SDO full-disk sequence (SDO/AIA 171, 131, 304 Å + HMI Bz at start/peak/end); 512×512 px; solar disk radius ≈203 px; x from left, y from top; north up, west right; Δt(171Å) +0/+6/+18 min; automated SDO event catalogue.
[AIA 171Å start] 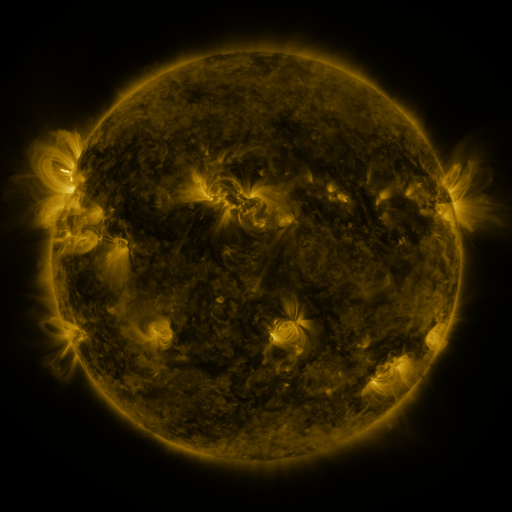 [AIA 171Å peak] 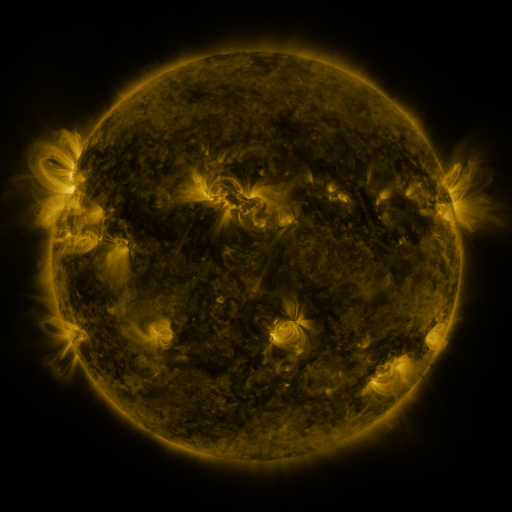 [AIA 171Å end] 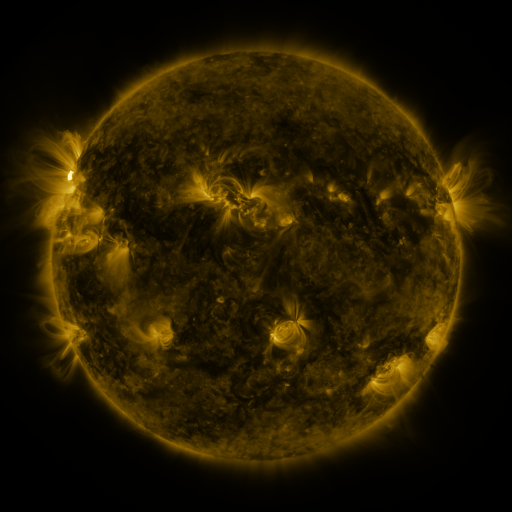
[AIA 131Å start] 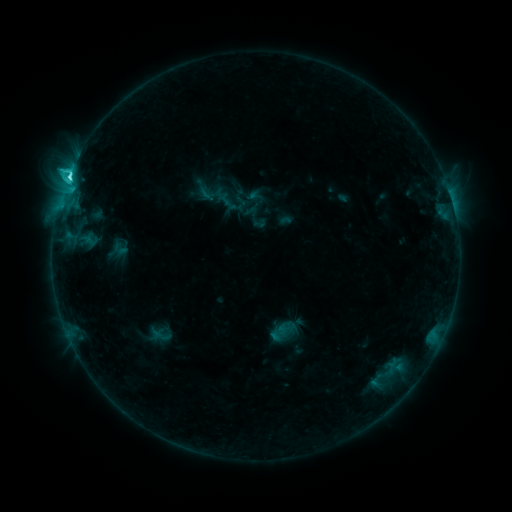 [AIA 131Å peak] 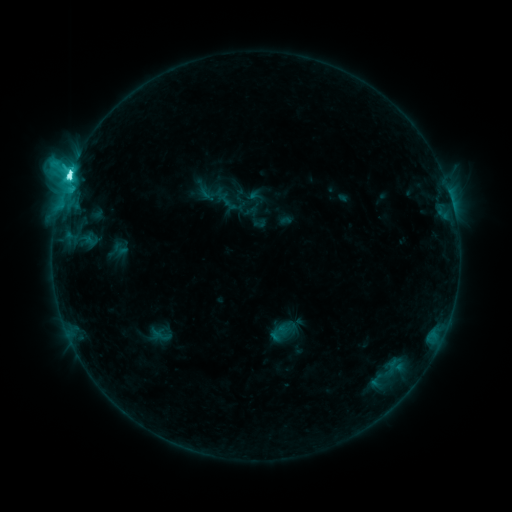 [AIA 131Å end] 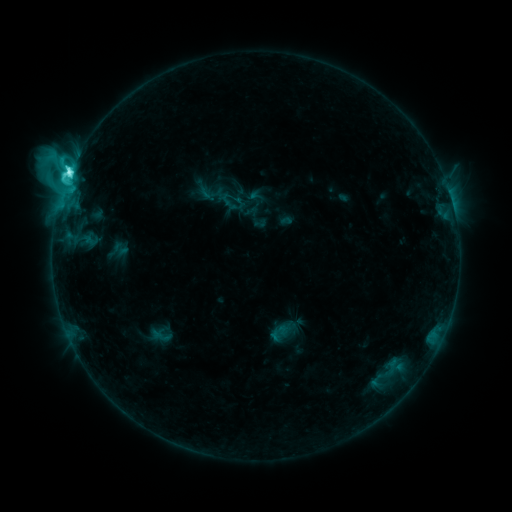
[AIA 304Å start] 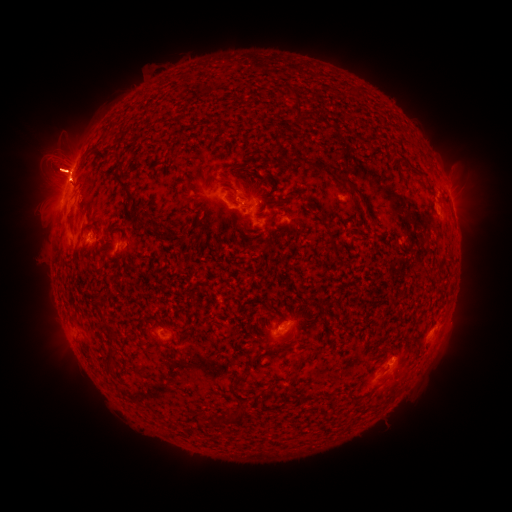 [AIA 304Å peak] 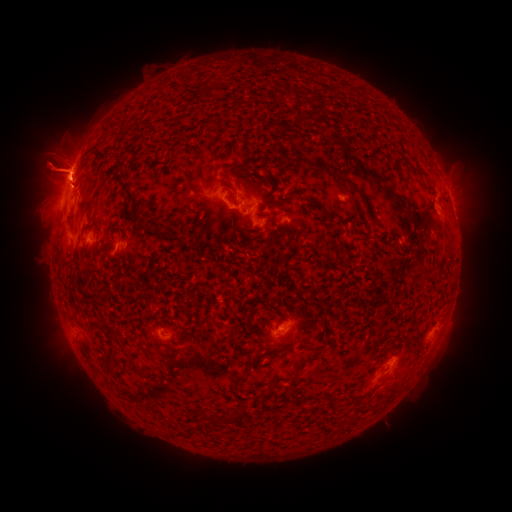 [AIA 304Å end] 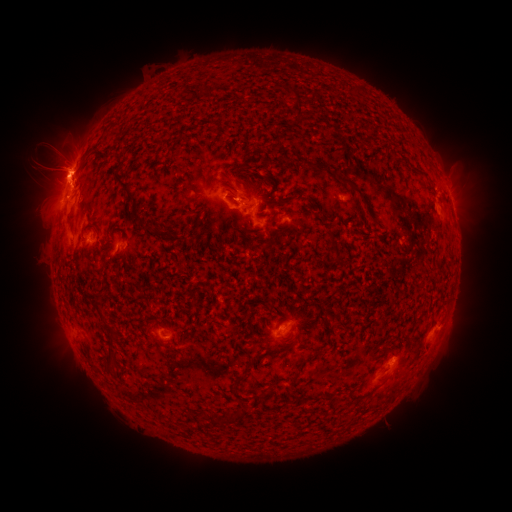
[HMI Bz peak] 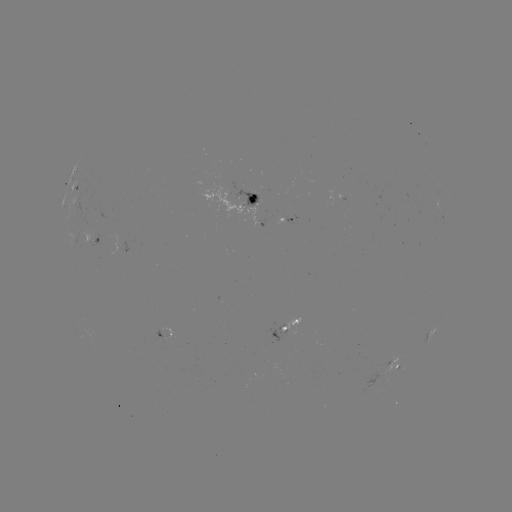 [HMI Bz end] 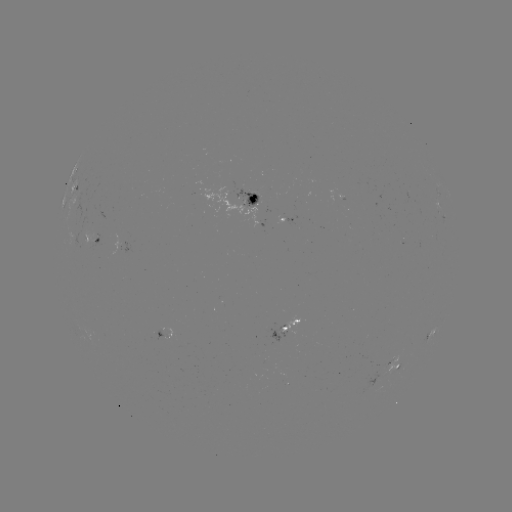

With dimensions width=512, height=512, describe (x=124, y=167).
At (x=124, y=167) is eruption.